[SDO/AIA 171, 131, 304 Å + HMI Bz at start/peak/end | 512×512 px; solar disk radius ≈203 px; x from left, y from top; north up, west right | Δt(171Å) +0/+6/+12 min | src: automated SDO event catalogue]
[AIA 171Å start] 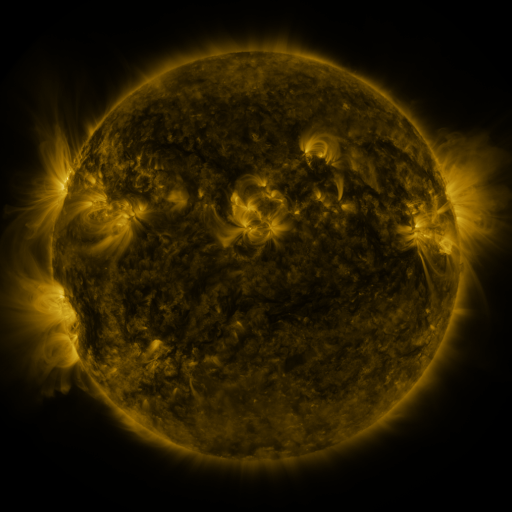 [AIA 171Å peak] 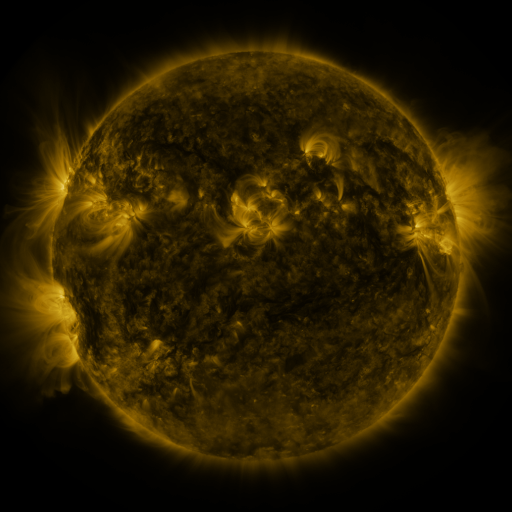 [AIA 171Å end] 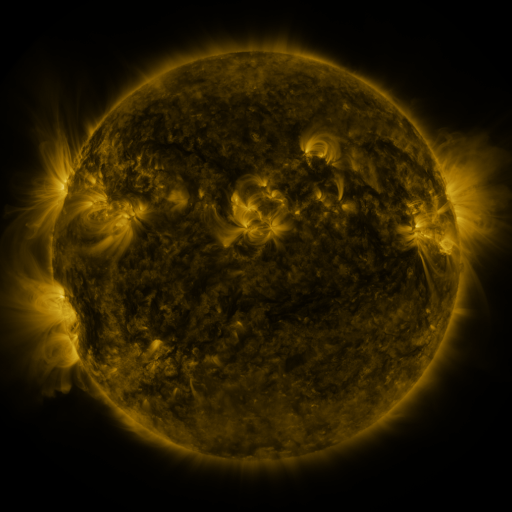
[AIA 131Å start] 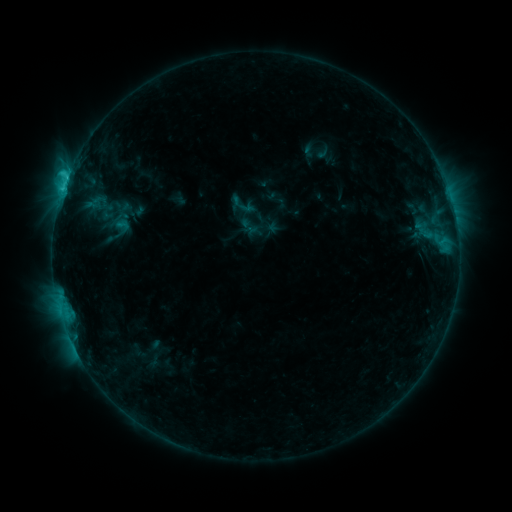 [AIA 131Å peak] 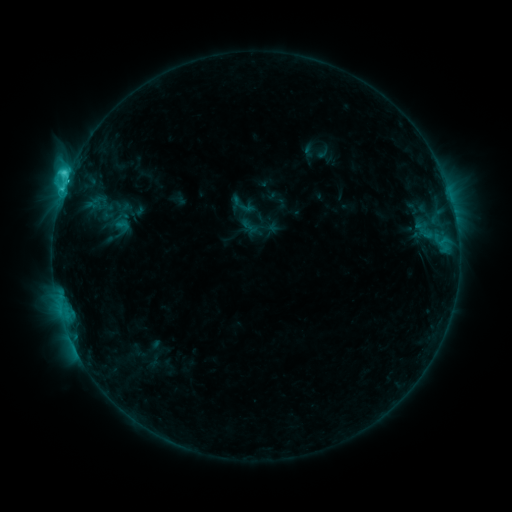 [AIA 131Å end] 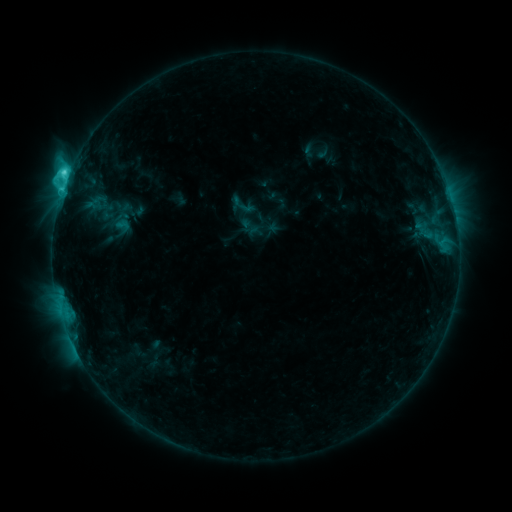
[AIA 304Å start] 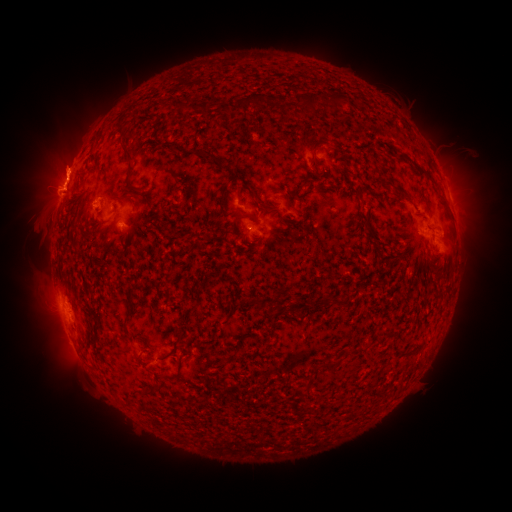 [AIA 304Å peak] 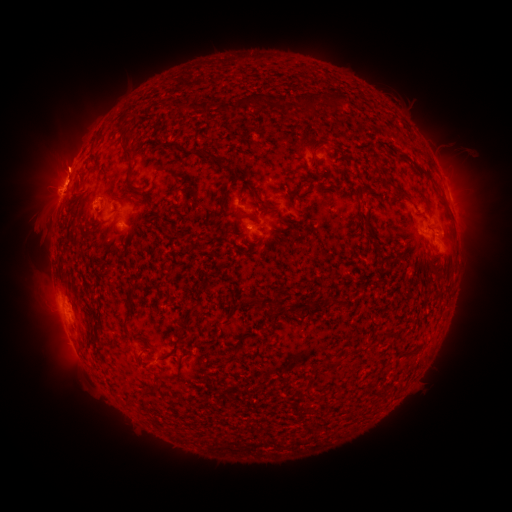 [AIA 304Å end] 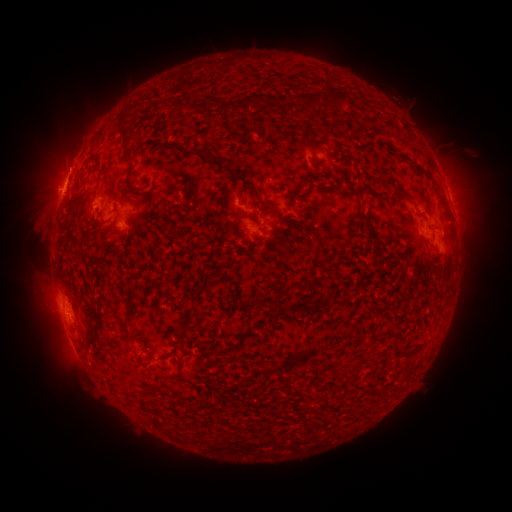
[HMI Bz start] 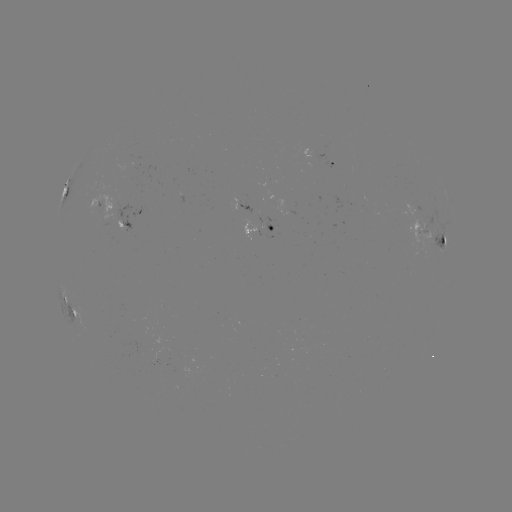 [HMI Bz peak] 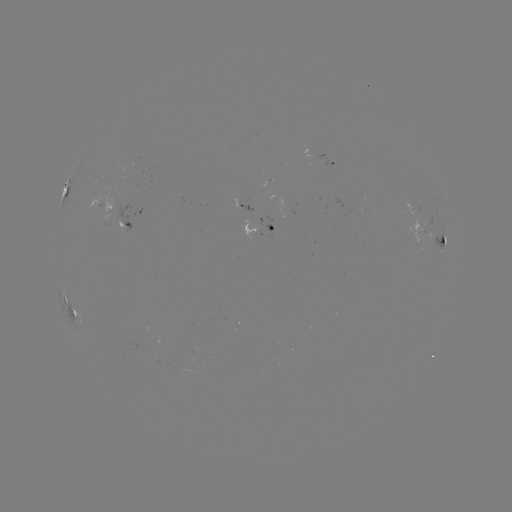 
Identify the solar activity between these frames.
eruption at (64, 159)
